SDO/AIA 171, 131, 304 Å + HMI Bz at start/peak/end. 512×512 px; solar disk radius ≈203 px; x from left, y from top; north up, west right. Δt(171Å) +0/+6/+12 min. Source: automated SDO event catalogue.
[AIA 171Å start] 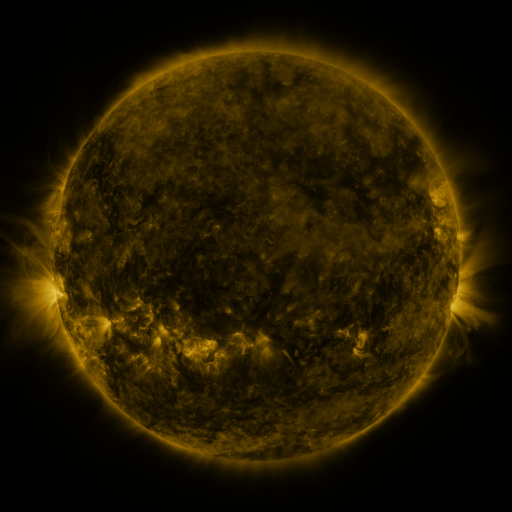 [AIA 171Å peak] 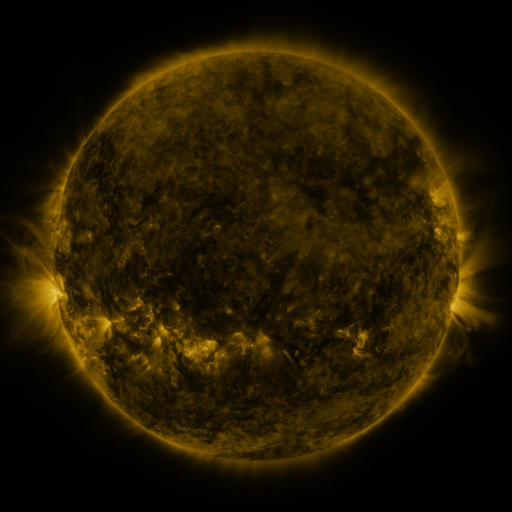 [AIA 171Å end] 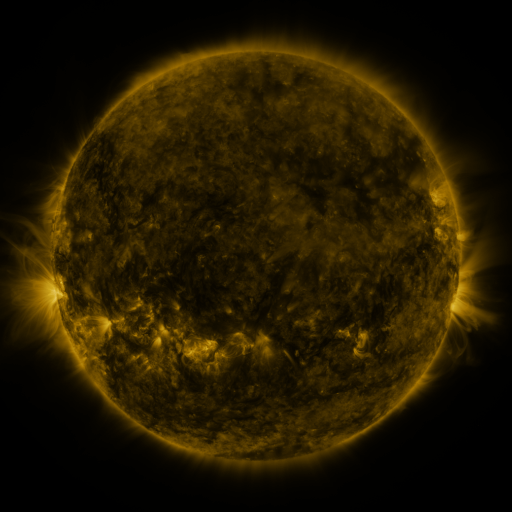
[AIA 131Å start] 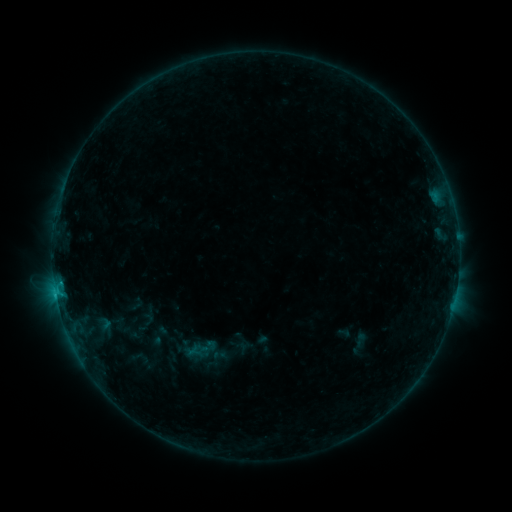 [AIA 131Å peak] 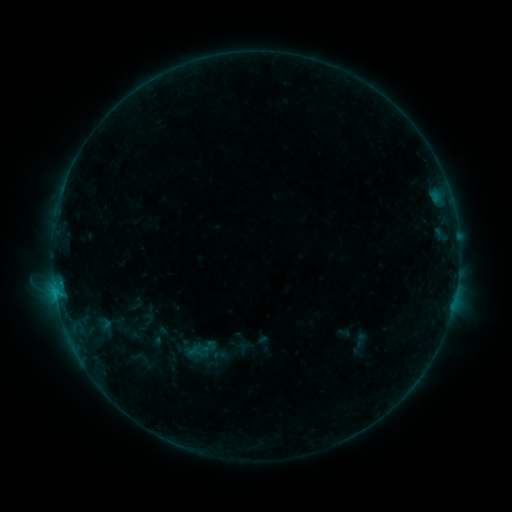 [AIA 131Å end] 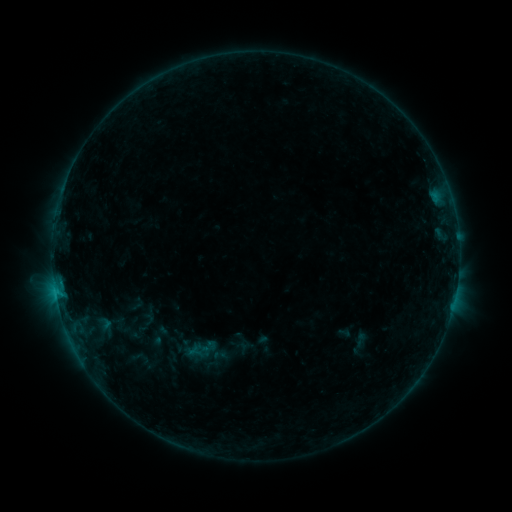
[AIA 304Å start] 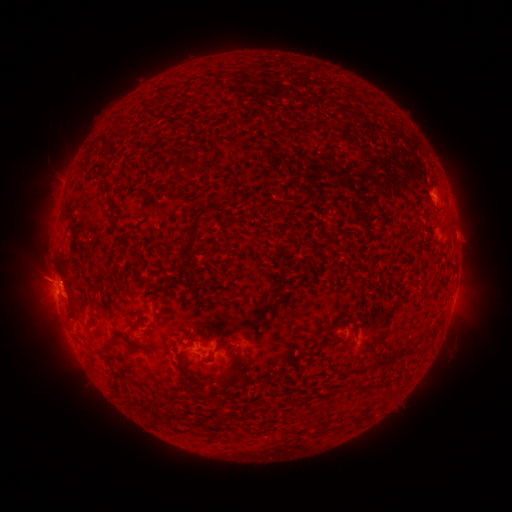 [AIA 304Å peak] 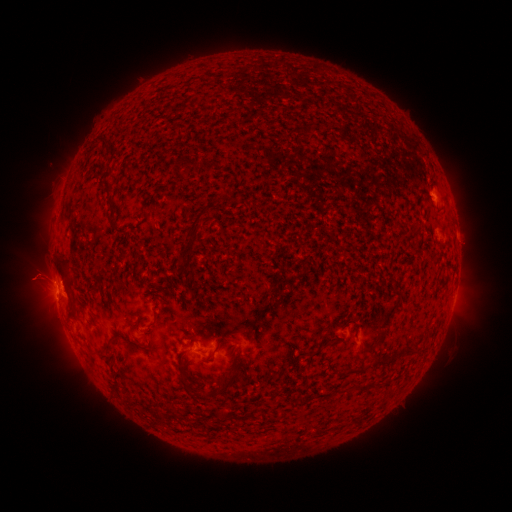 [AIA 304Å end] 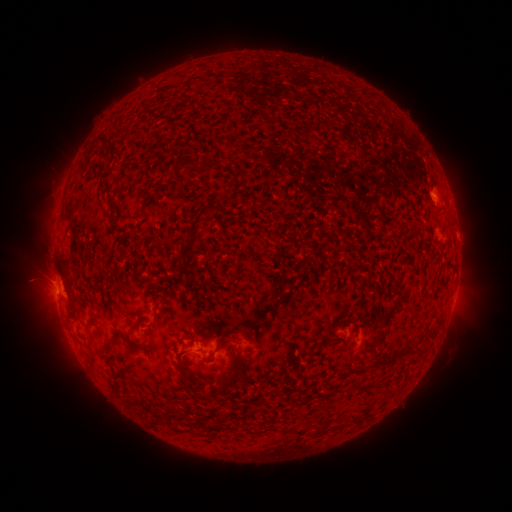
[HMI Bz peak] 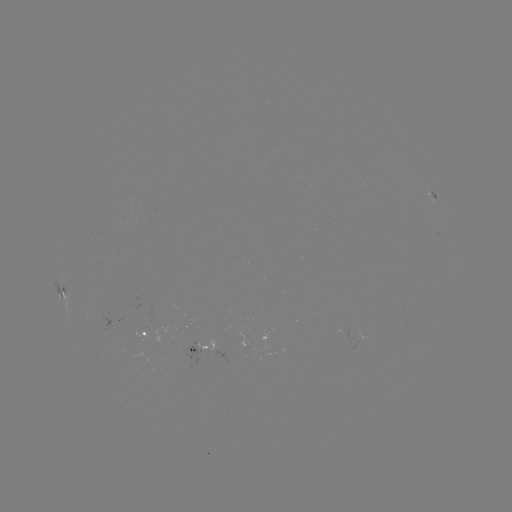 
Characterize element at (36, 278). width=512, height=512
eruption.